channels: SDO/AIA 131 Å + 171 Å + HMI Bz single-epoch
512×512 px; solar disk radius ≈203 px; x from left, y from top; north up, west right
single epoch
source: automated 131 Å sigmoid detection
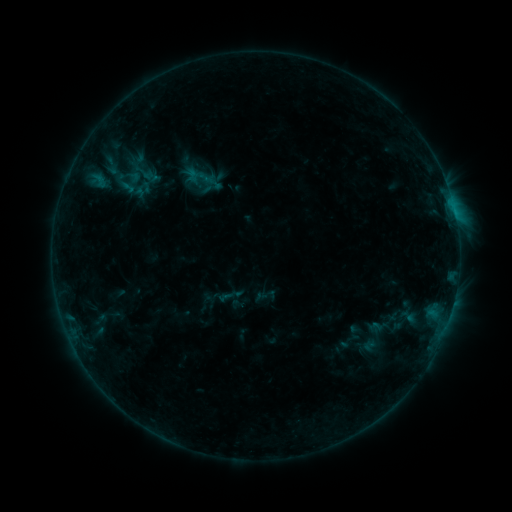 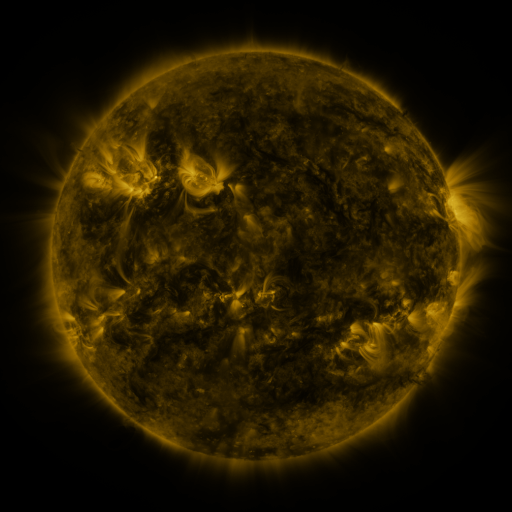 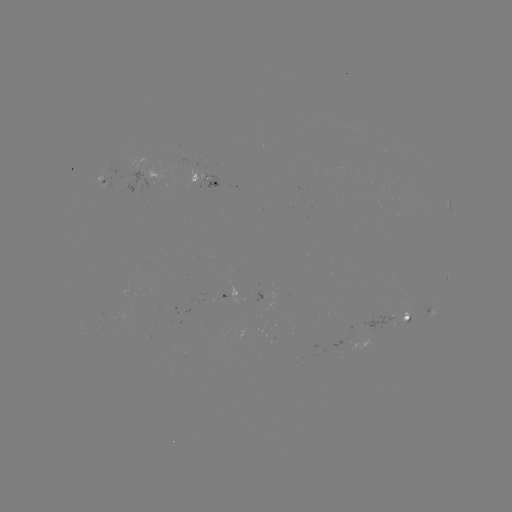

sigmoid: <bbox>192, 167, 211, 187</bbox>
